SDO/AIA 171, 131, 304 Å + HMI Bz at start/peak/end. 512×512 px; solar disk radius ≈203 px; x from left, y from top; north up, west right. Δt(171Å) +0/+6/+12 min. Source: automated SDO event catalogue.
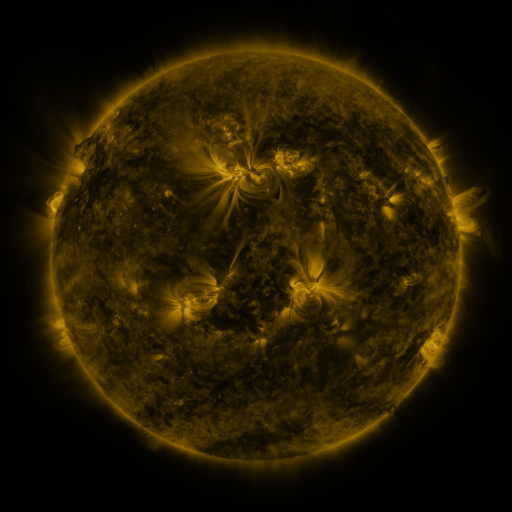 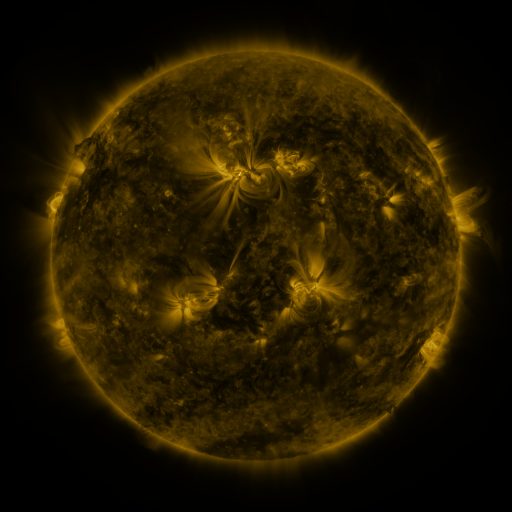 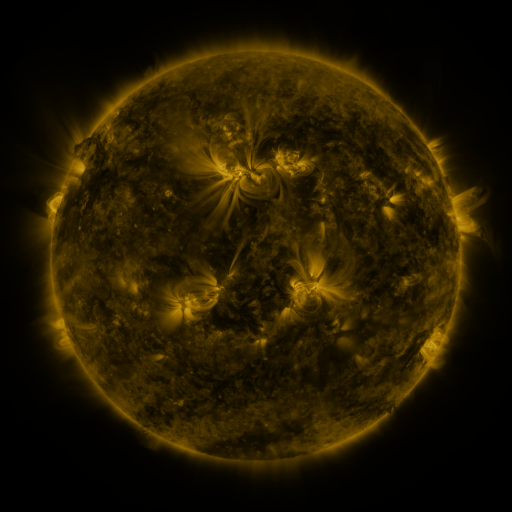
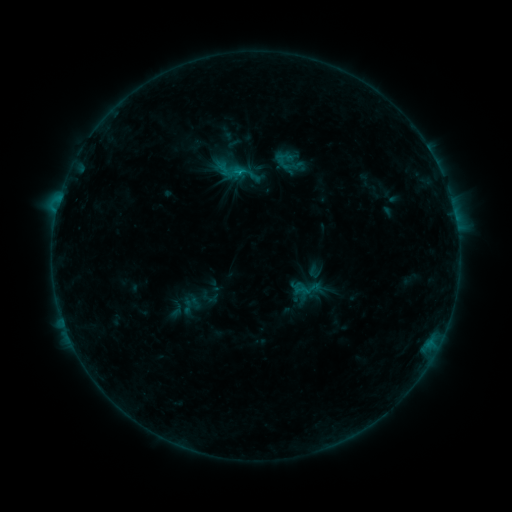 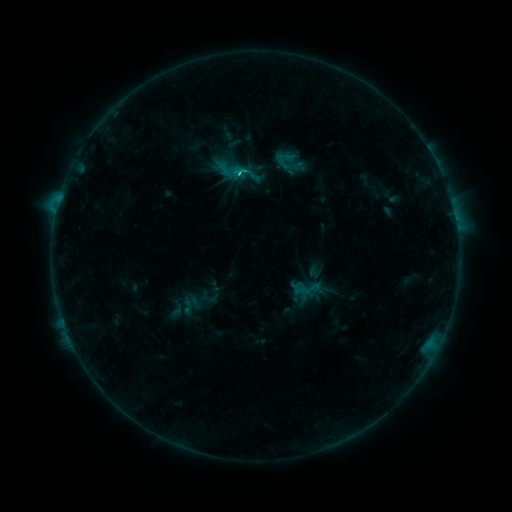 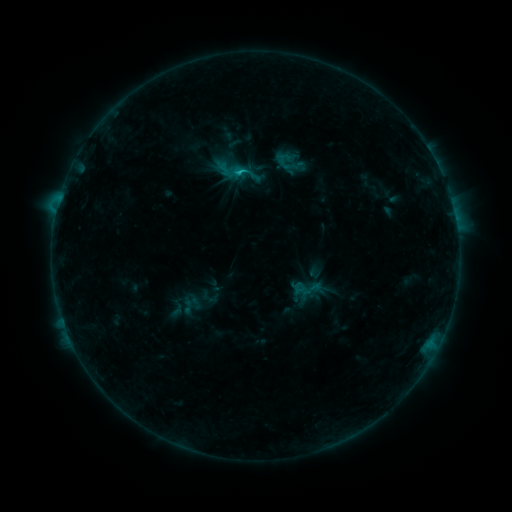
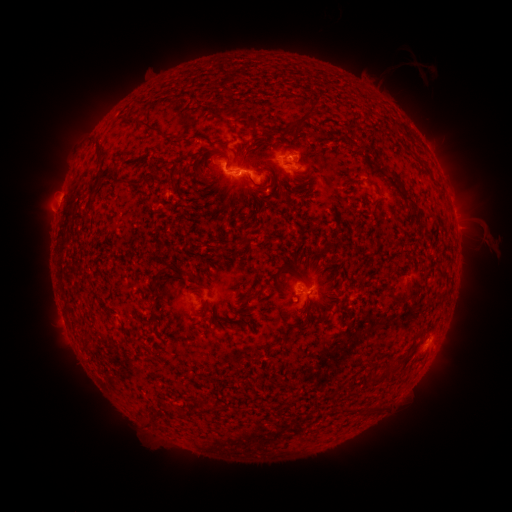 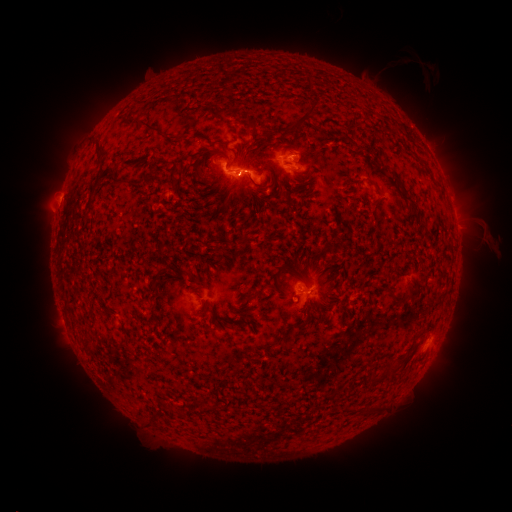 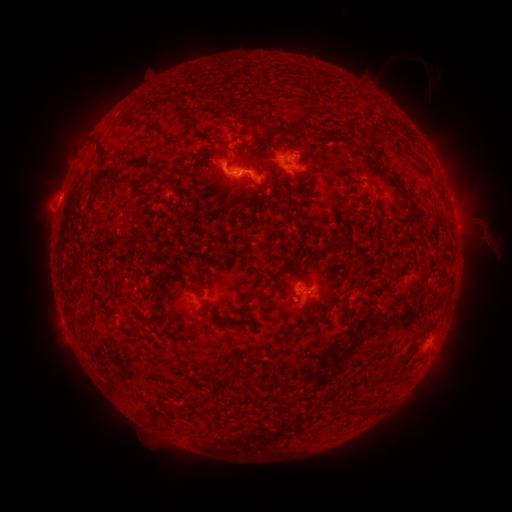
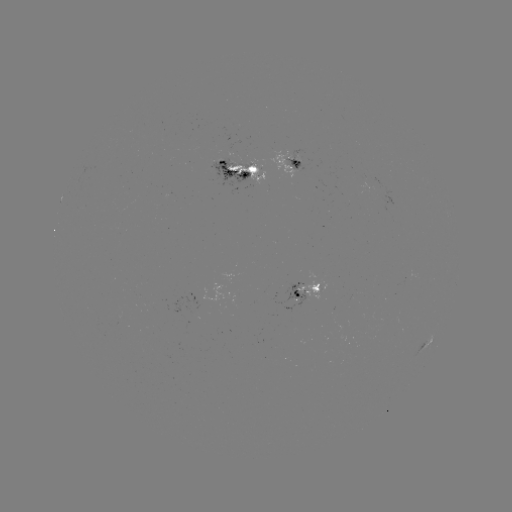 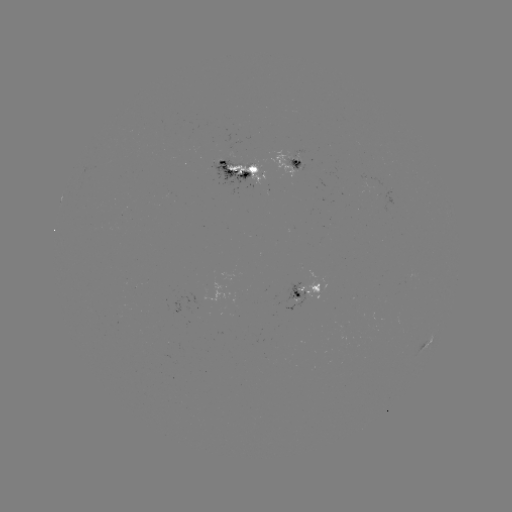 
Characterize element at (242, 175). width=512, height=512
C2.0 flare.